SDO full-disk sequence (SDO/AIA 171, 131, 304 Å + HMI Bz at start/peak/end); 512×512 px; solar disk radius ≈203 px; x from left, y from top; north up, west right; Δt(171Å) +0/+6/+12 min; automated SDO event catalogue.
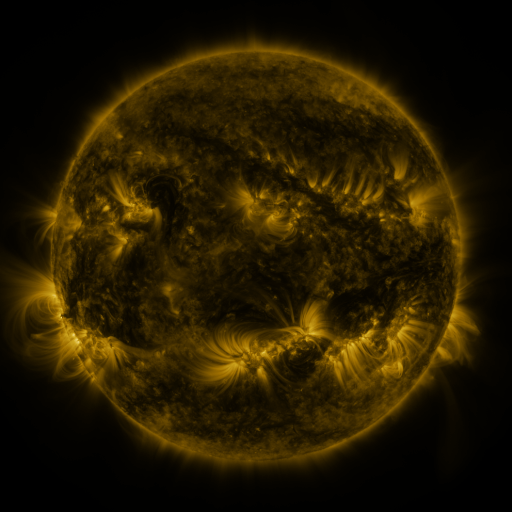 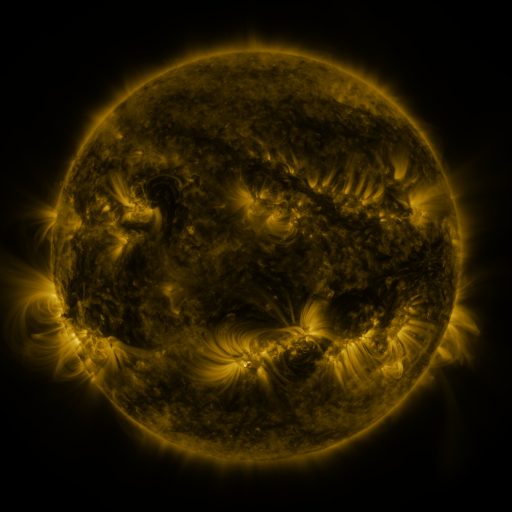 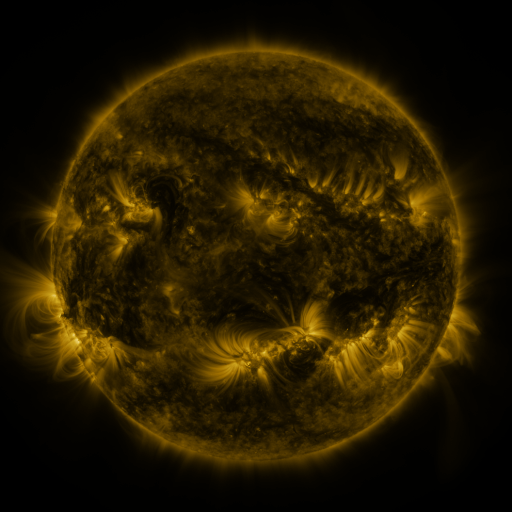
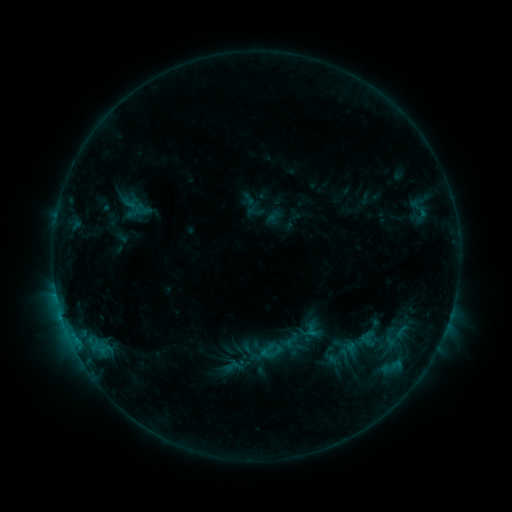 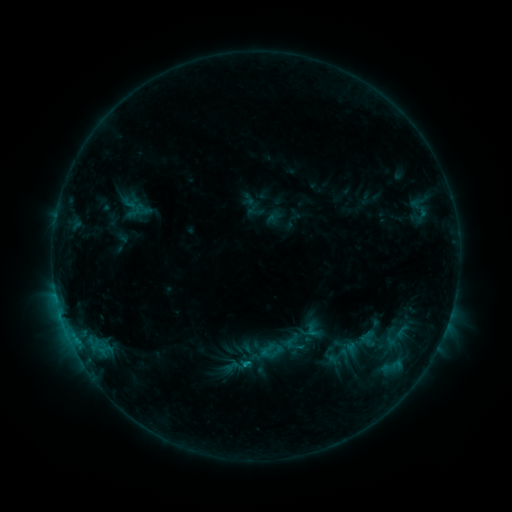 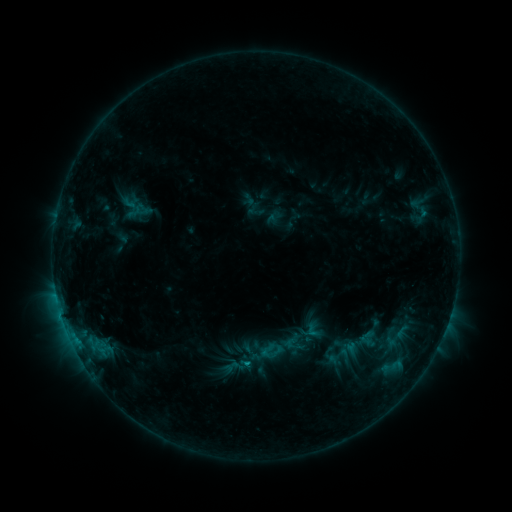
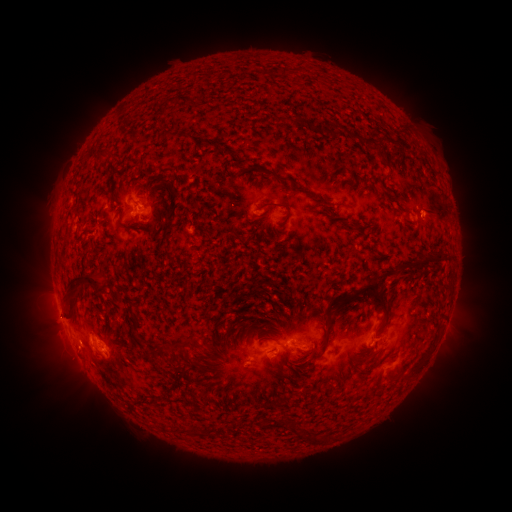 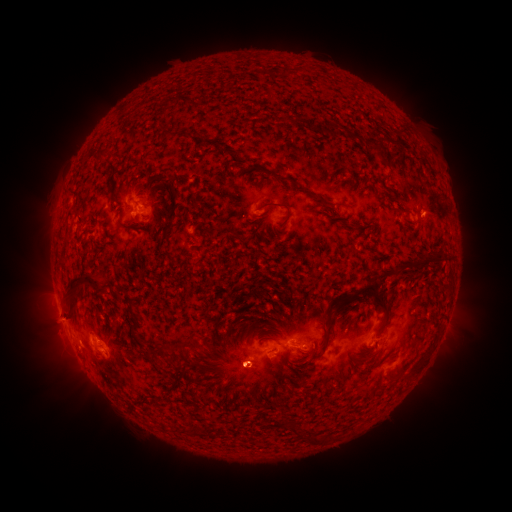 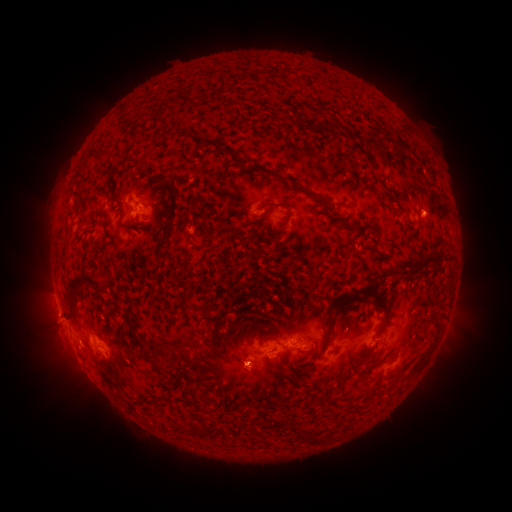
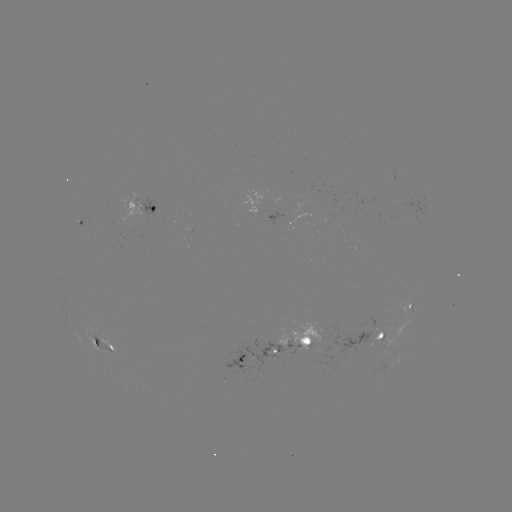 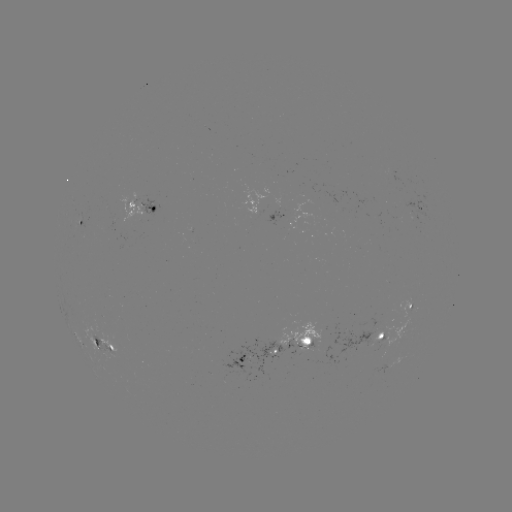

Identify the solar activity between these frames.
eruption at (245, 374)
